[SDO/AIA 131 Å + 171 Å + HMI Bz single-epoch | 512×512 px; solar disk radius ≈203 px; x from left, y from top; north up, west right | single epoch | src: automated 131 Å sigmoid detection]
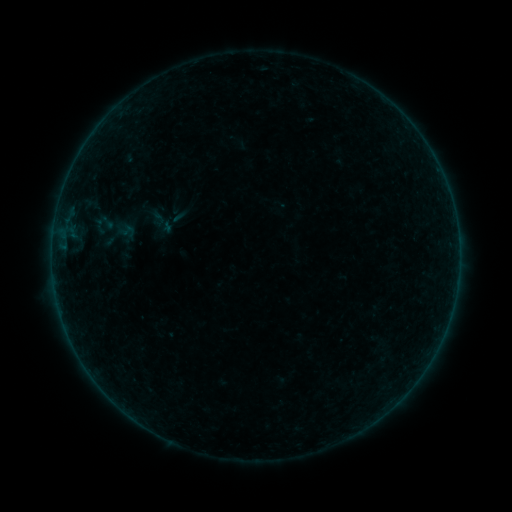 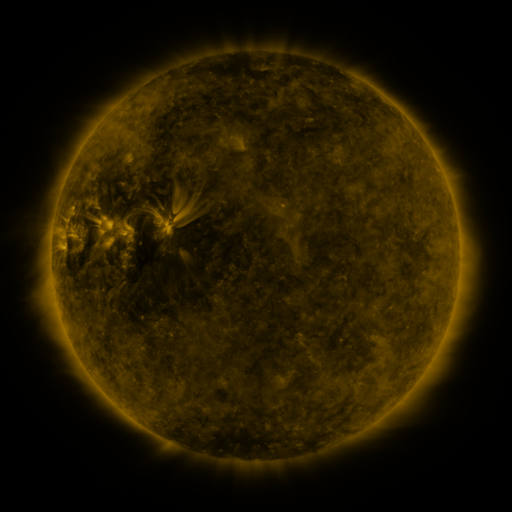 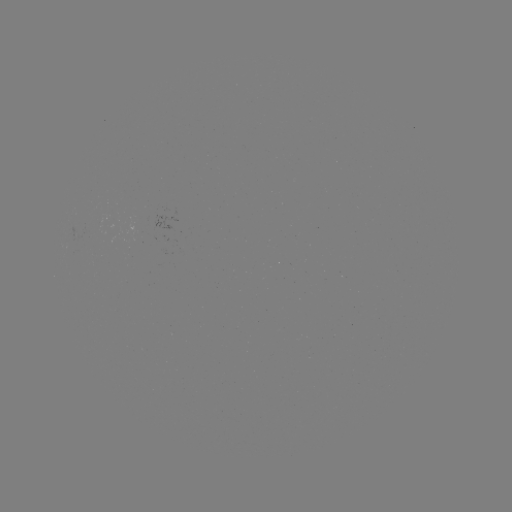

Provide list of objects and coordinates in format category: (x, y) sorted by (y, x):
sigmoid: (158, 219)
sigmoid: (128, 231)
